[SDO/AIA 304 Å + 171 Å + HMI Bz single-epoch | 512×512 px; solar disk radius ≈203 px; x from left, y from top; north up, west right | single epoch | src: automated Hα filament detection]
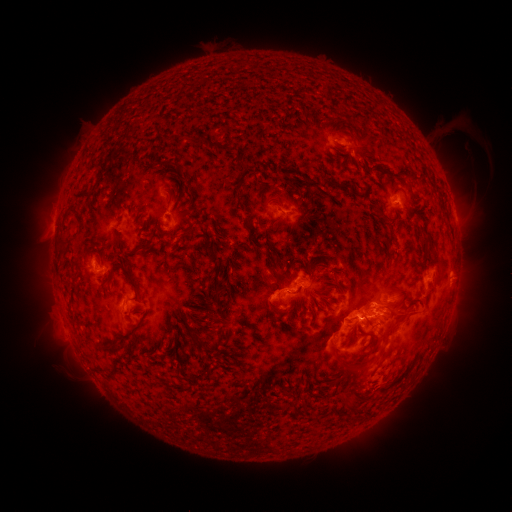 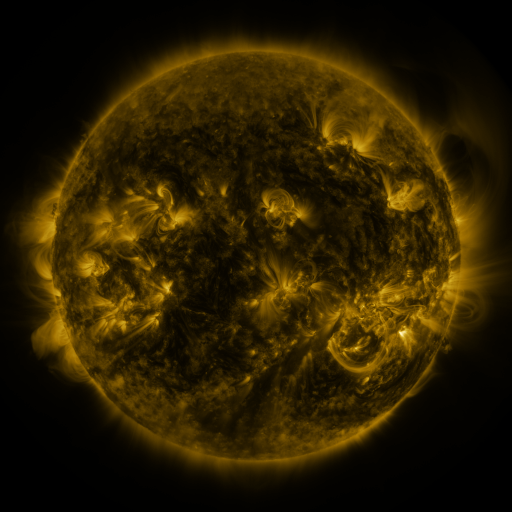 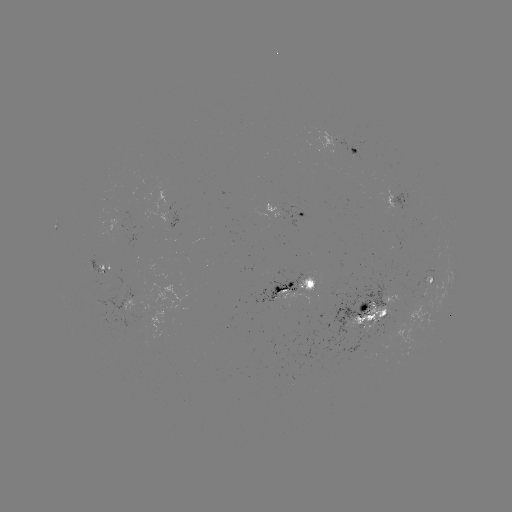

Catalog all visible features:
filament: (209, 140, 236, 158)
filament: (339, 182, 357, 198)
filament: (256, 215, 263, 226)
filament: (271, 215, 281, 227)
filament: (184, 222, 195, 235)
filament: (383, 235, 397, 249)
filament: (136, 242, 150, 251)
filament: (423, 250, 444, 272)
filament: (103, 261, 139, 294)
filament: (304, 268, 312, 279)
filament: (211, 279, 220, 296)
filament: (324, 284, 333, 293)
filament: (273, 285, 282, 294)
filament: (397, 290, 410, 304)
filament: (272, 308, 283, 317)
filament: (204, 311, 214, 325)
filament: (117, 324, 139, 344)
filament: (202, 330, 212, 338)
filament: (191, 336, 209, 352)
filament: (337, 393, 356, 407)
